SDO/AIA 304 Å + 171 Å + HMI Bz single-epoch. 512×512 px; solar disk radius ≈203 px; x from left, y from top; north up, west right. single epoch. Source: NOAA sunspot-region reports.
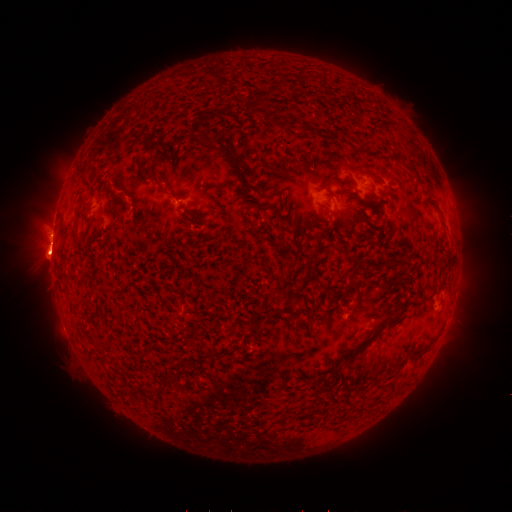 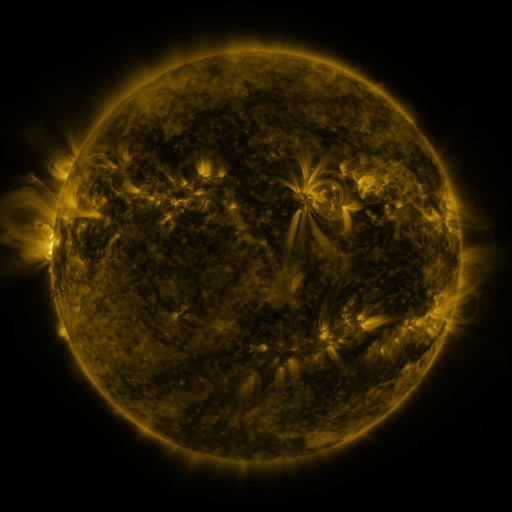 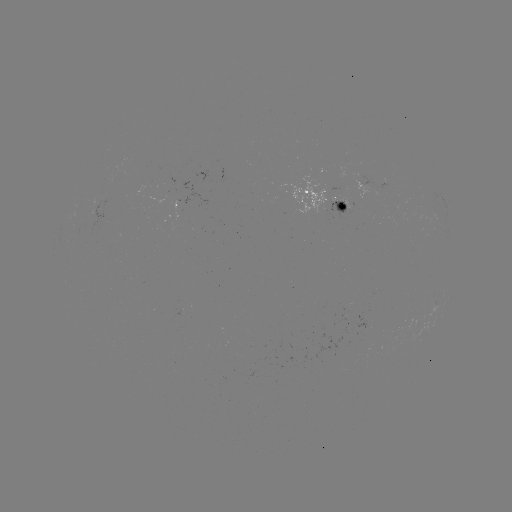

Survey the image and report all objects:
spotted active region: (326, 198)
spotted active region: (437, 303)
